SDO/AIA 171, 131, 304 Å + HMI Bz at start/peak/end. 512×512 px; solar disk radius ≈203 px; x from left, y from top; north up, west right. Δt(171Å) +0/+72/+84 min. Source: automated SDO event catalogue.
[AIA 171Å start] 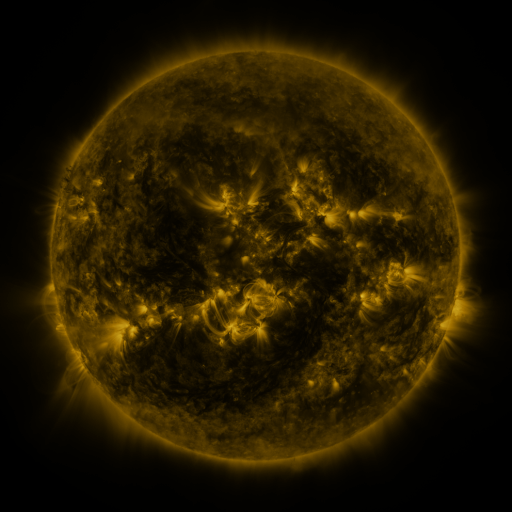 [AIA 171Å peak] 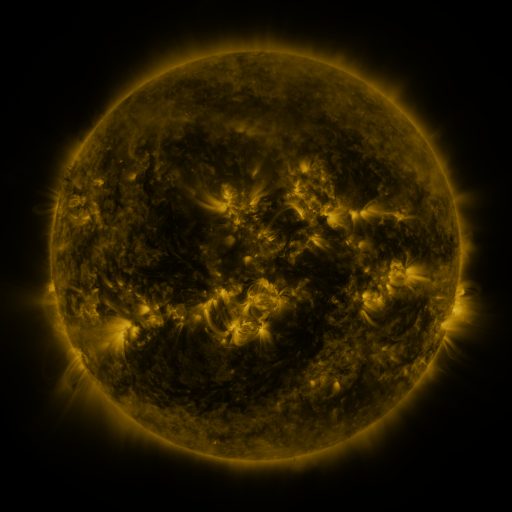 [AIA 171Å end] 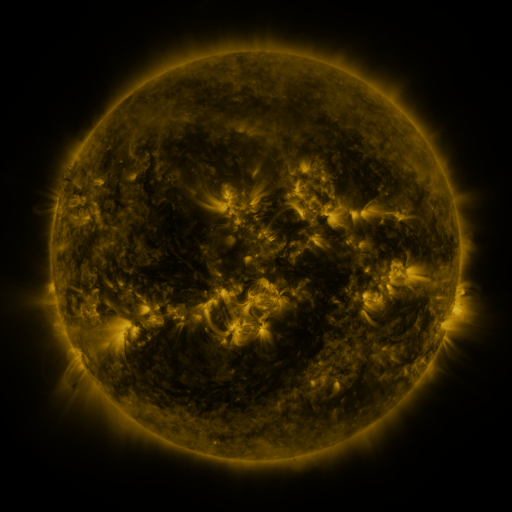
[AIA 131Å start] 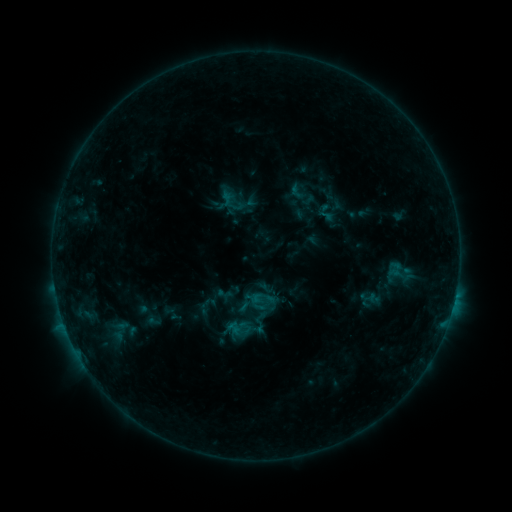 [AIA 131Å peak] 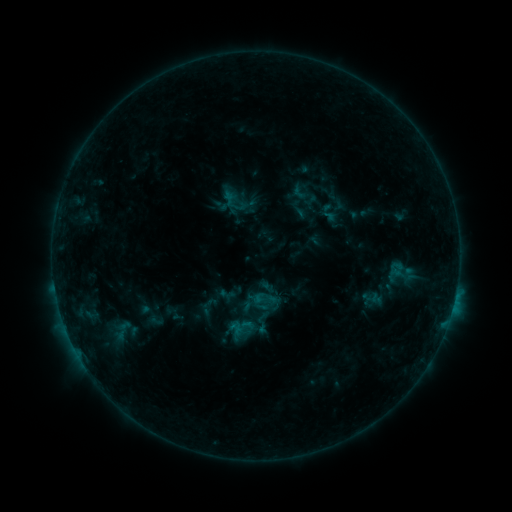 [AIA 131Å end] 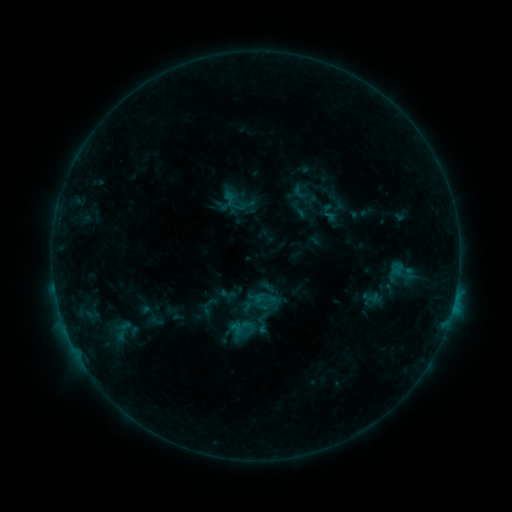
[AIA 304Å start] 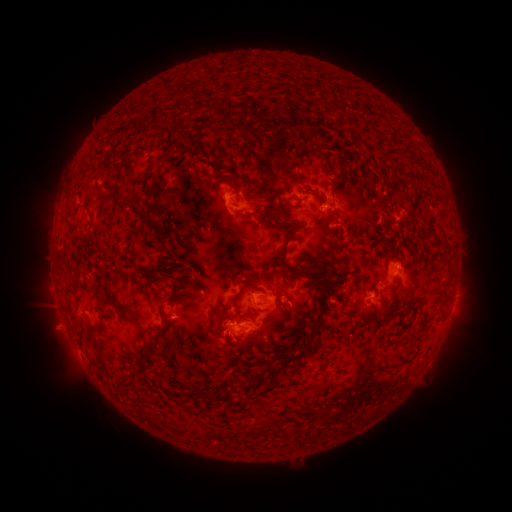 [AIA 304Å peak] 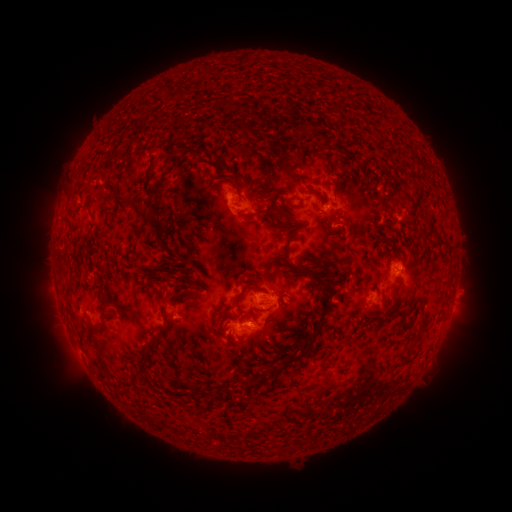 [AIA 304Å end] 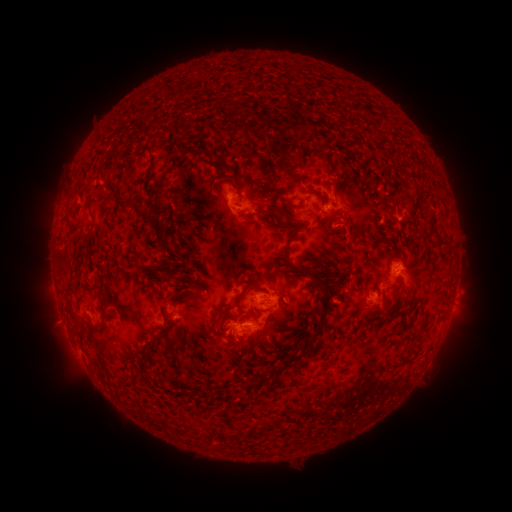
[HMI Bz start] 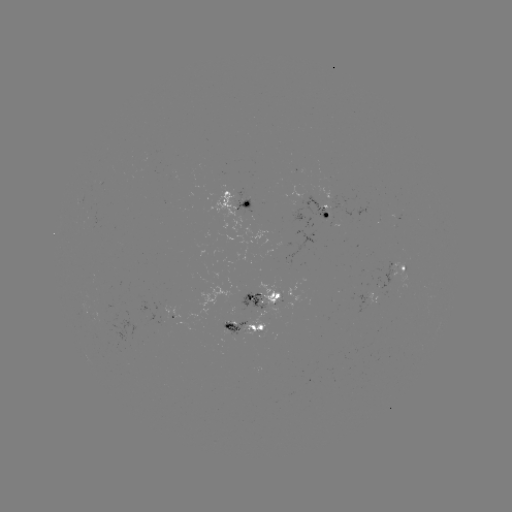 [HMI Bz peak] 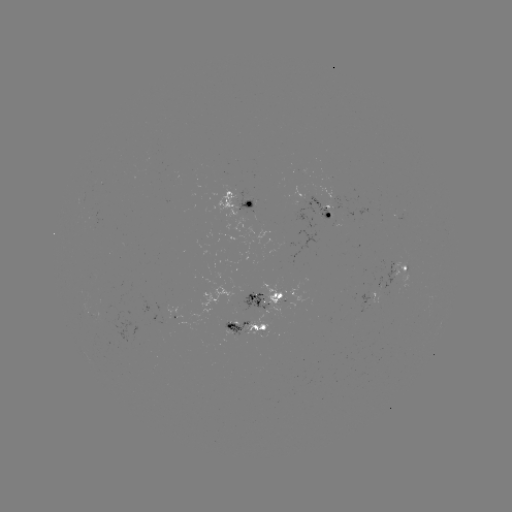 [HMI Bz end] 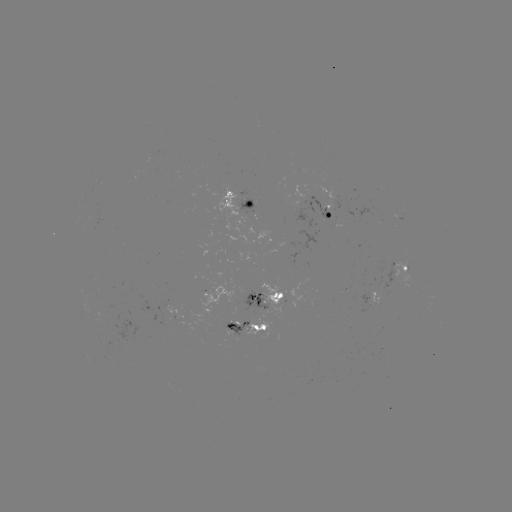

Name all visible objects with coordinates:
emerging-flux region: (279, 295)
